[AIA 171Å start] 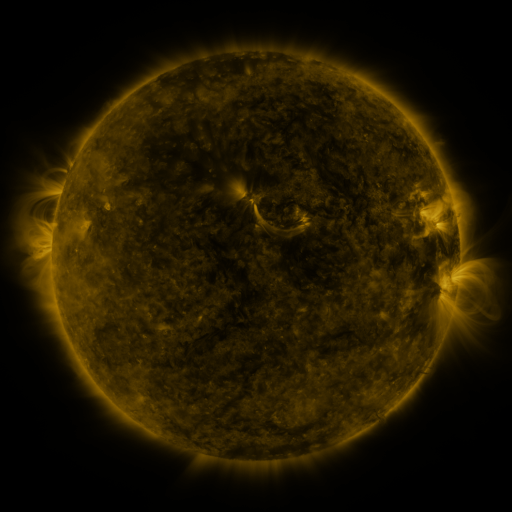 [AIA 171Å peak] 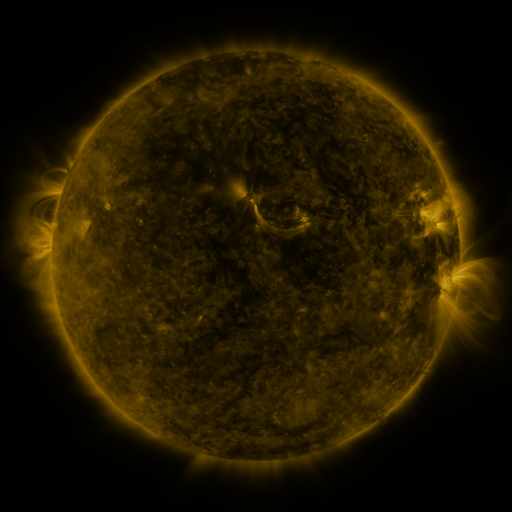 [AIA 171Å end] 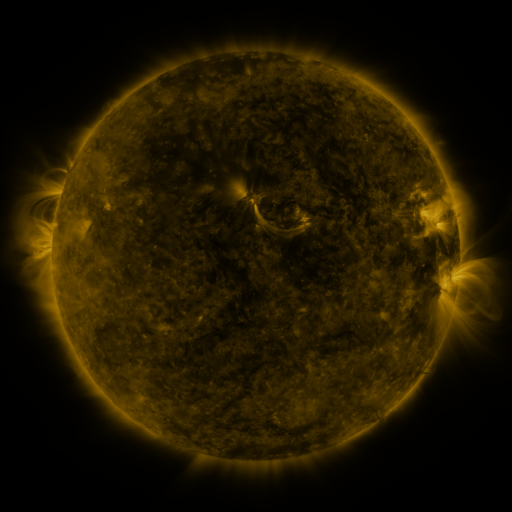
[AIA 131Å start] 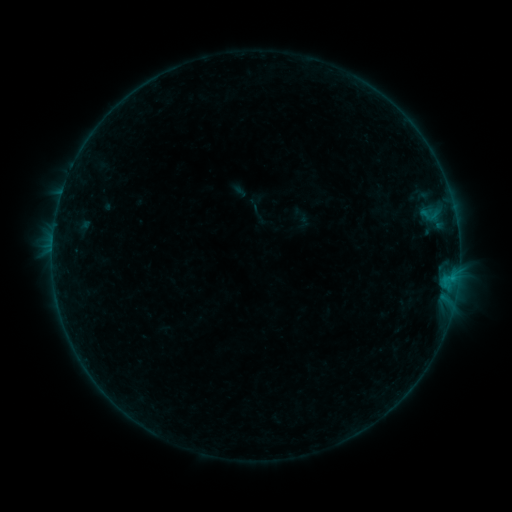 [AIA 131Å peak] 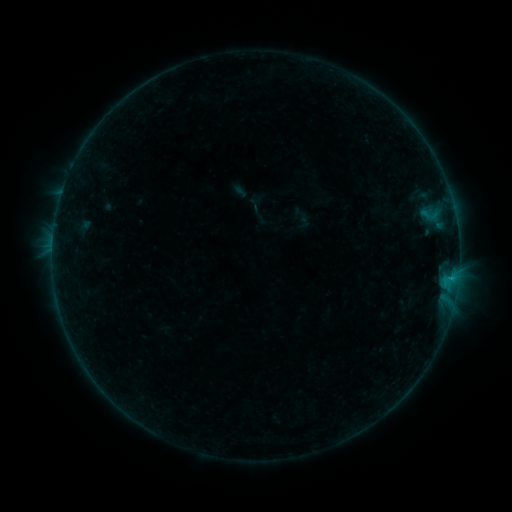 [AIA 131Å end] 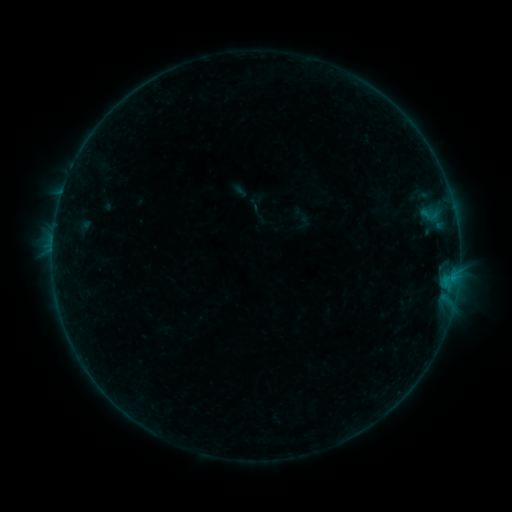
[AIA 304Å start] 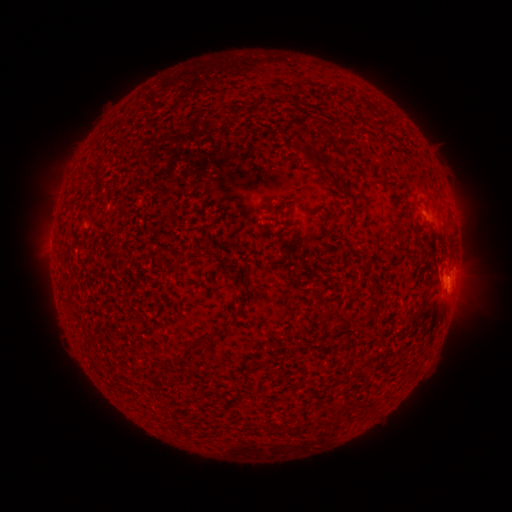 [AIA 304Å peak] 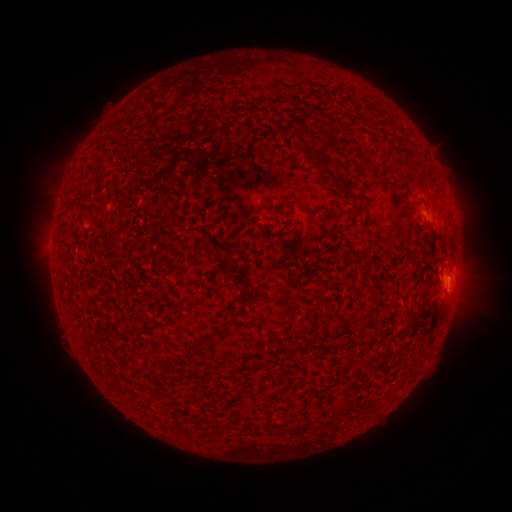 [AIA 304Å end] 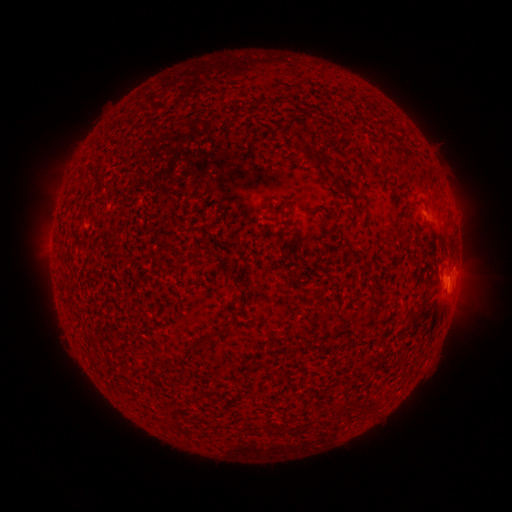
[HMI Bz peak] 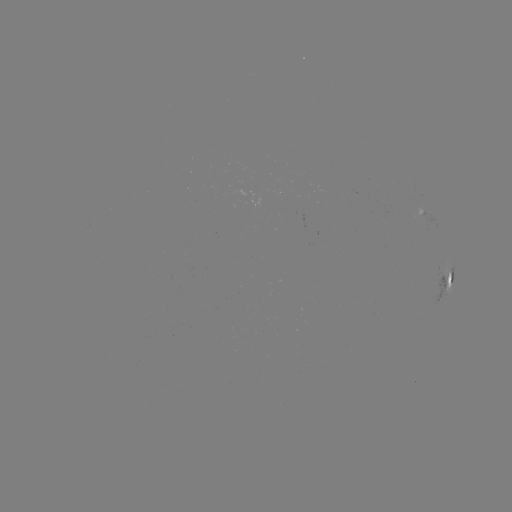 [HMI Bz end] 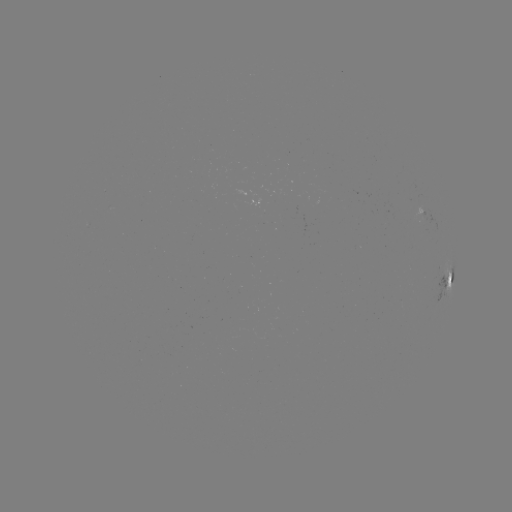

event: flare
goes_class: B3.3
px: (449, 278)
